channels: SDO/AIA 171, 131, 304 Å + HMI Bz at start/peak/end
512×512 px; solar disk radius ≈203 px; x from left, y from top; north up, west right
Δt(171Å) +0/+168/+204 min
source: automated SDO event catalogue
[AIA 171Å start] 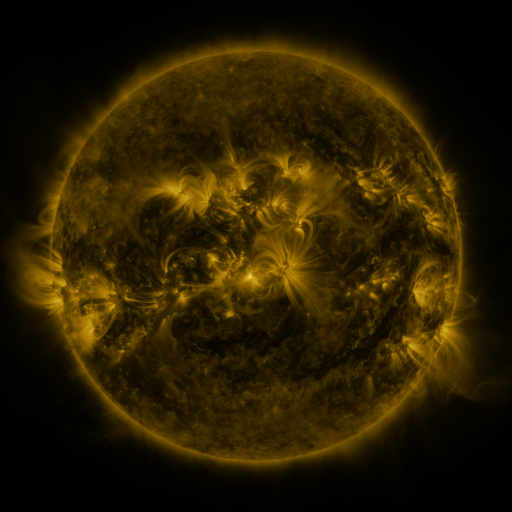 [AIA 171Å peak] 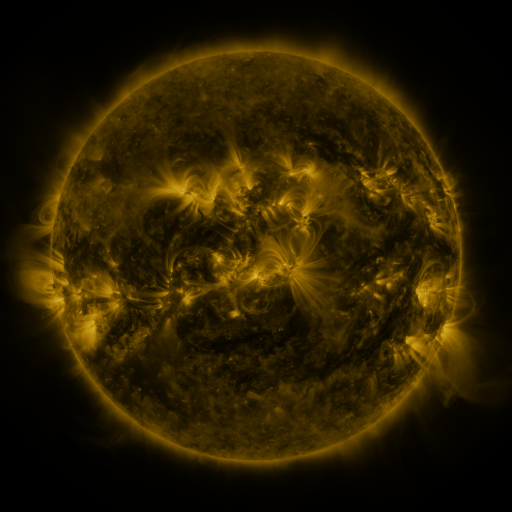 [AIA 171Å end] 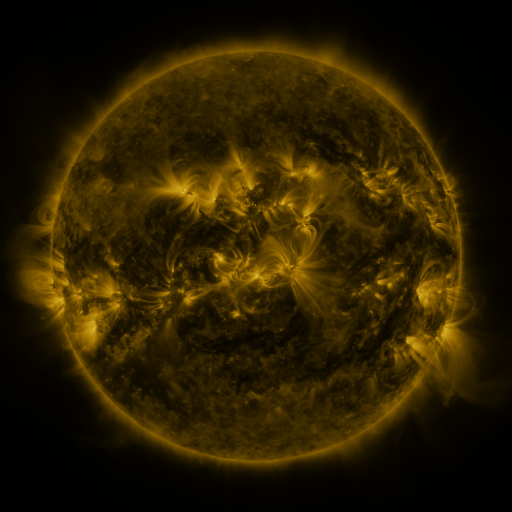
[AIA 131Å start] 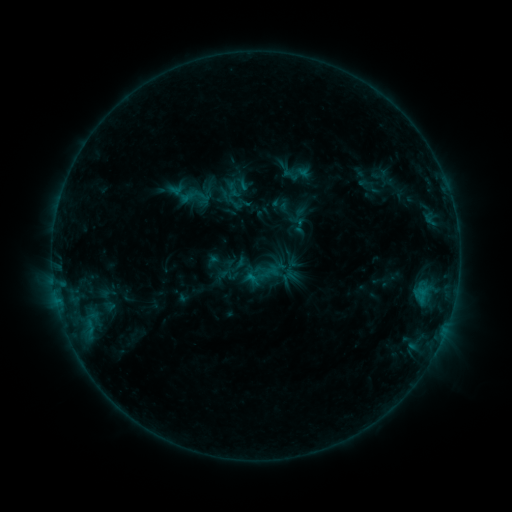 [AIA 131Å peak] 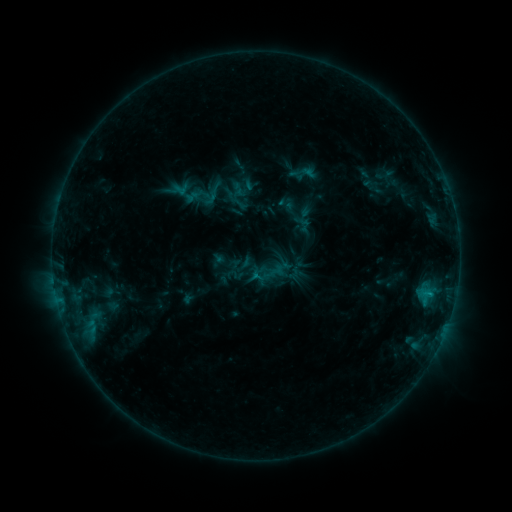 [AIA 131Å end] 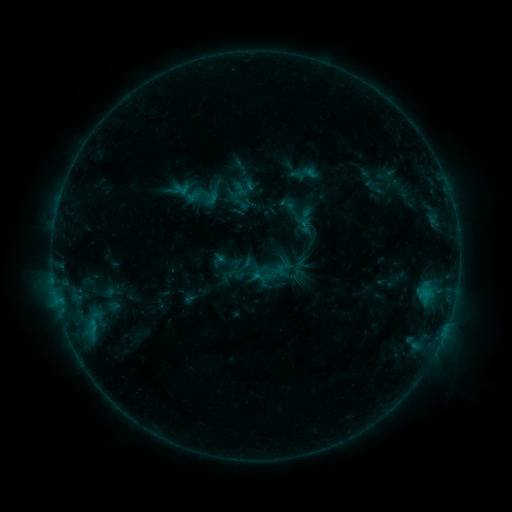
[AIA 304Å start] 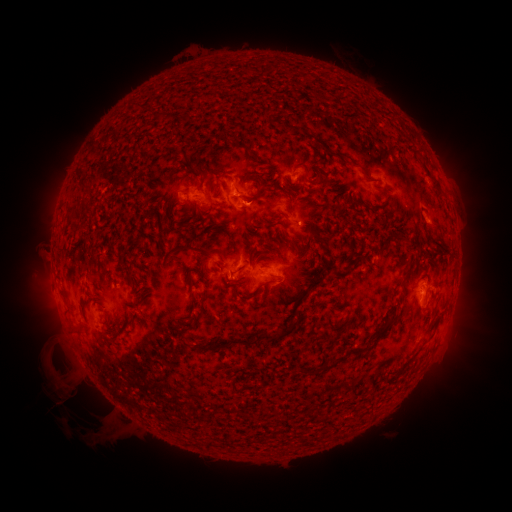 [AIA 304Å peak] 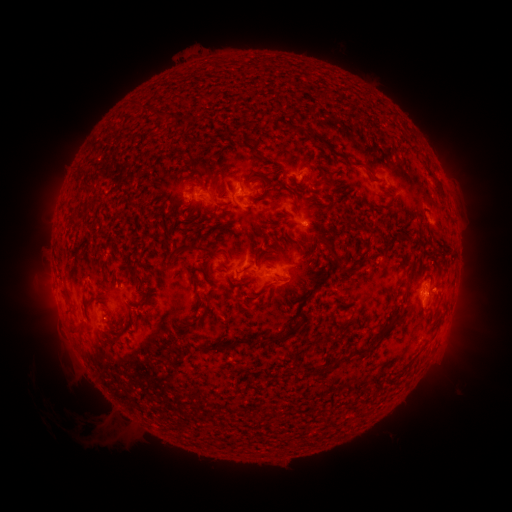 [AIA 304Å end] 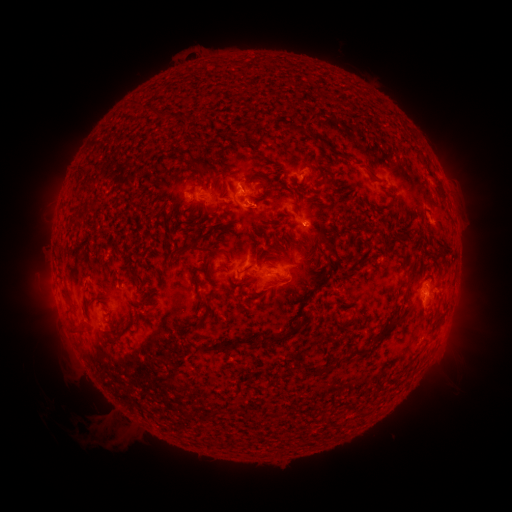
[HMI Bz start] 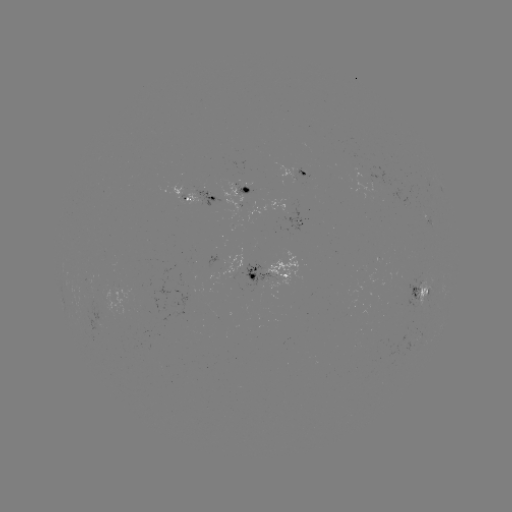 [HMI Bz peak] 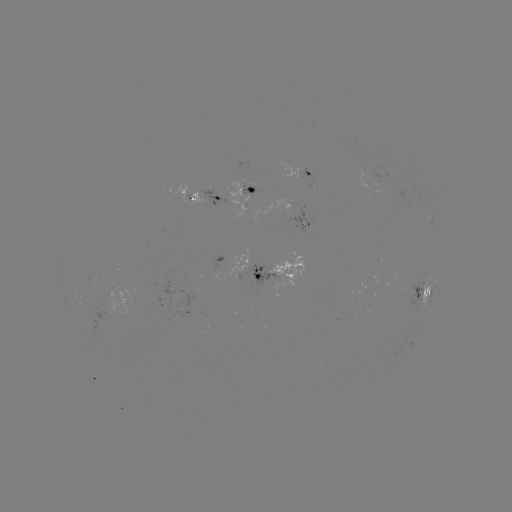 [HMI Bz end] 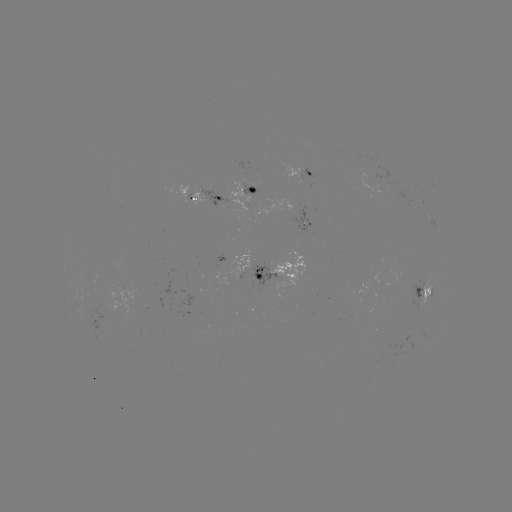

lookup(emerging-flux region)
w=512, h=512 (242, 201)